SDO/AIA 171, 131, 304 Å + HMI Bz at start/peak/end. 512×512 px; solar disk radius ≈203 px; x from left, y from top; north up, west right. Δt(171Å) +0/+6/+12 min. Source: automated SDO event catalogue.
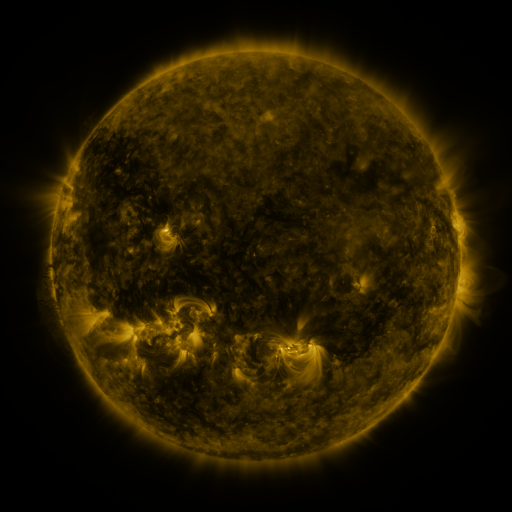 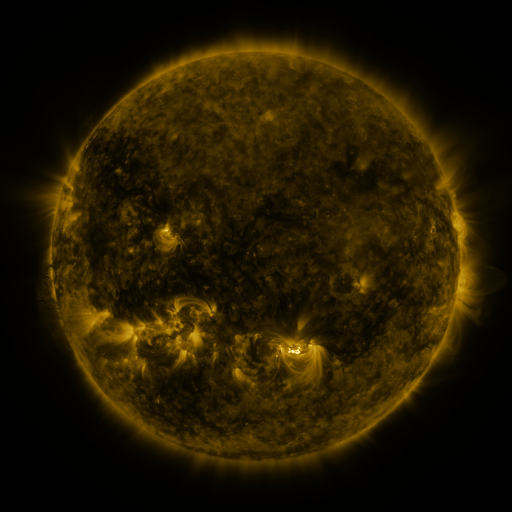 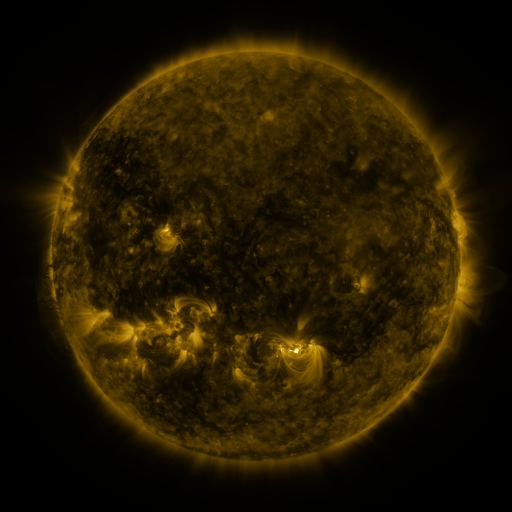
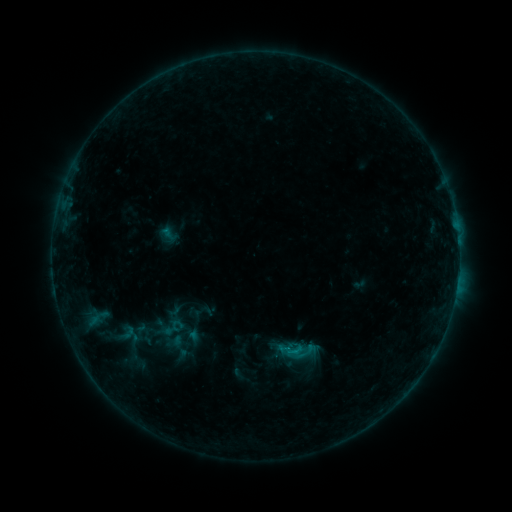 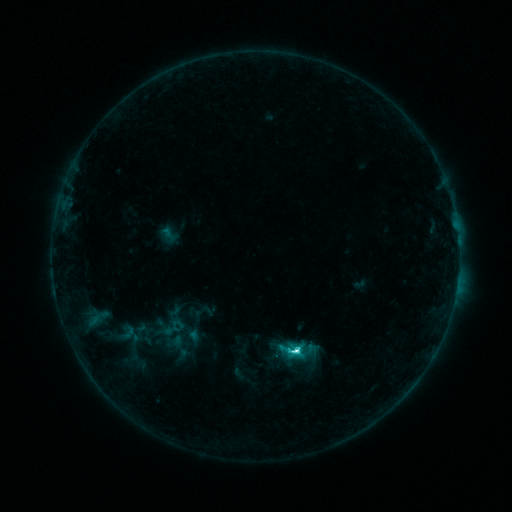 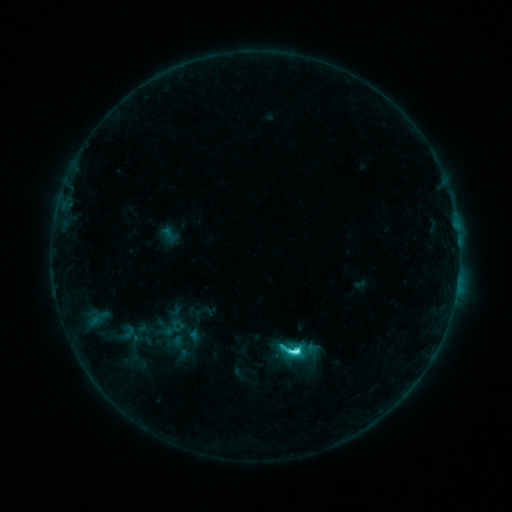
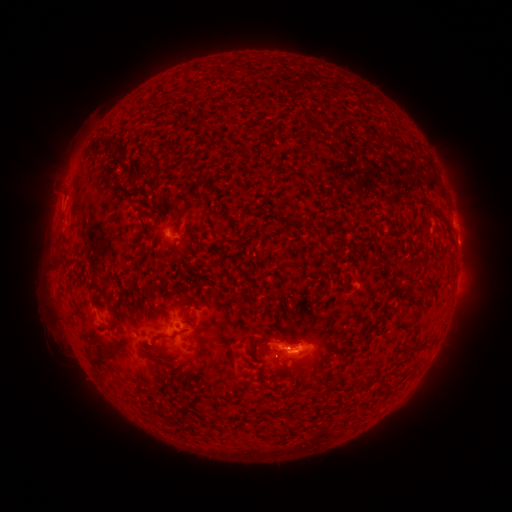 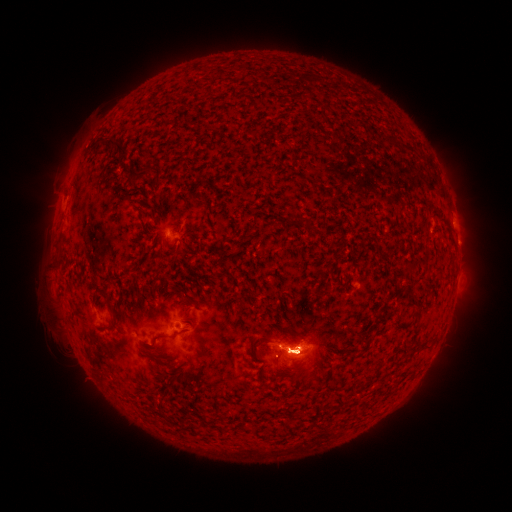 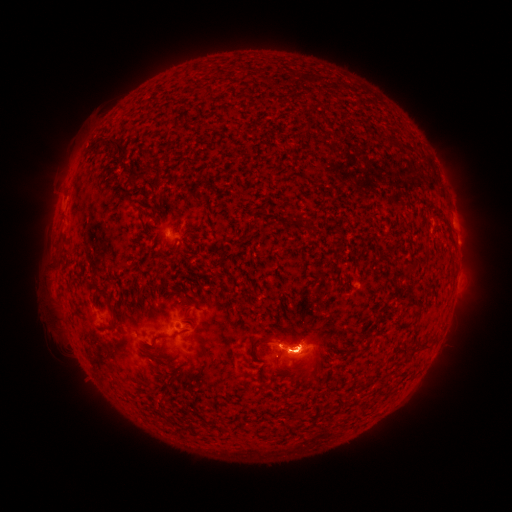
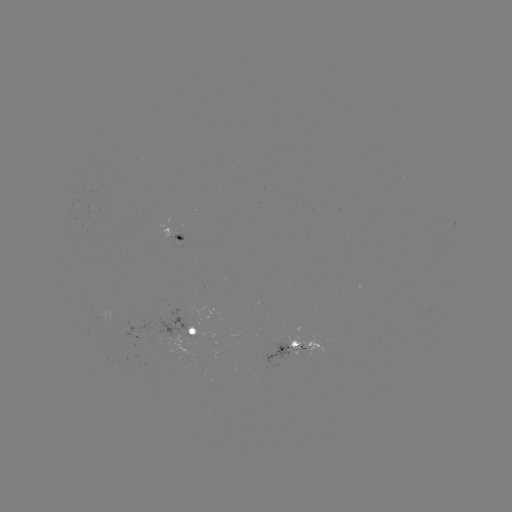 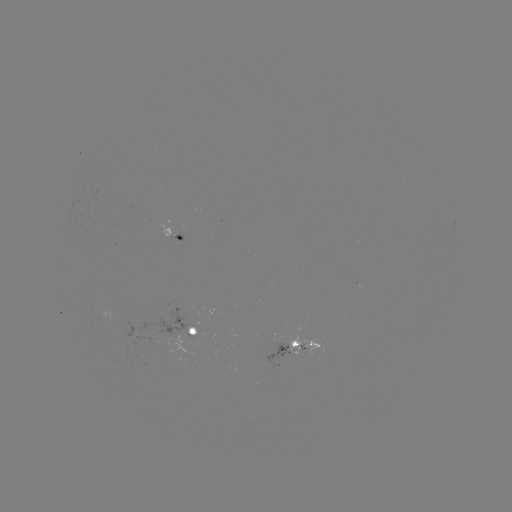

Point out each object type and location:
C6.7 flare: (295, 348)
